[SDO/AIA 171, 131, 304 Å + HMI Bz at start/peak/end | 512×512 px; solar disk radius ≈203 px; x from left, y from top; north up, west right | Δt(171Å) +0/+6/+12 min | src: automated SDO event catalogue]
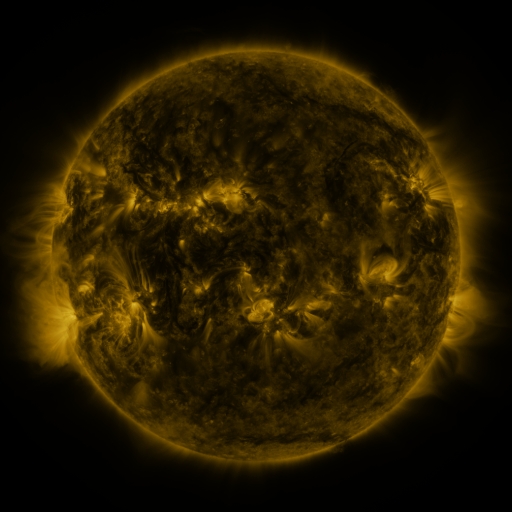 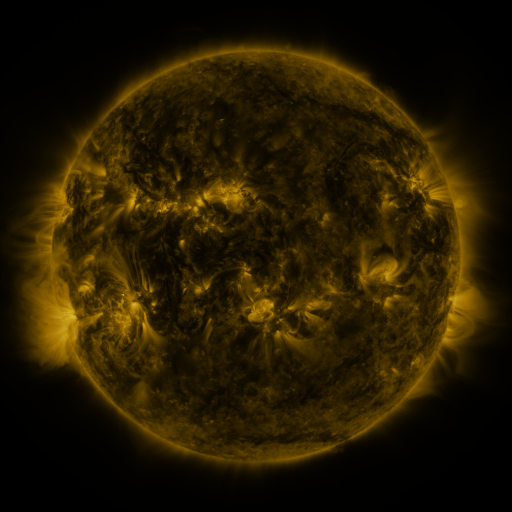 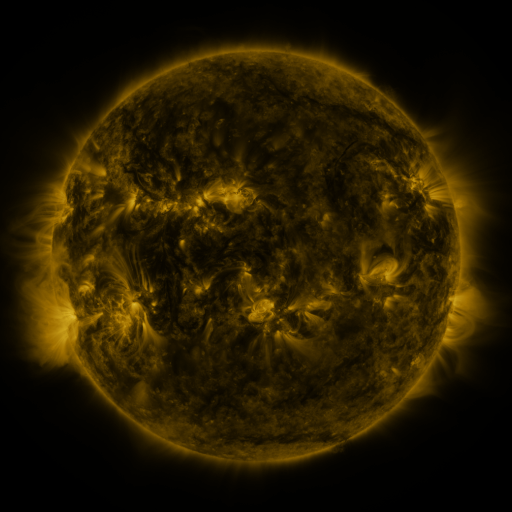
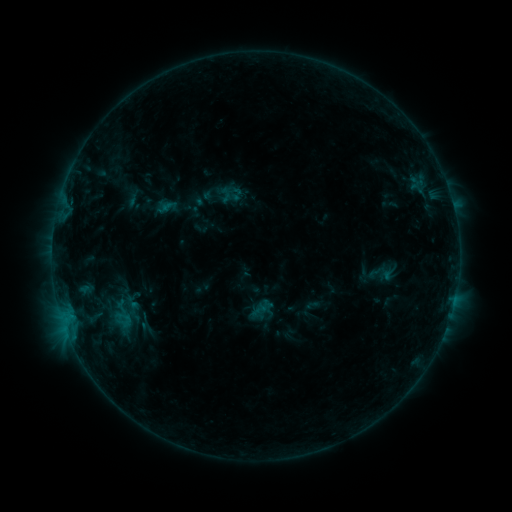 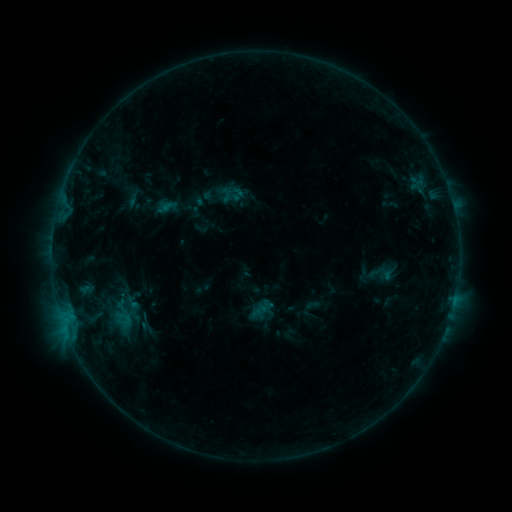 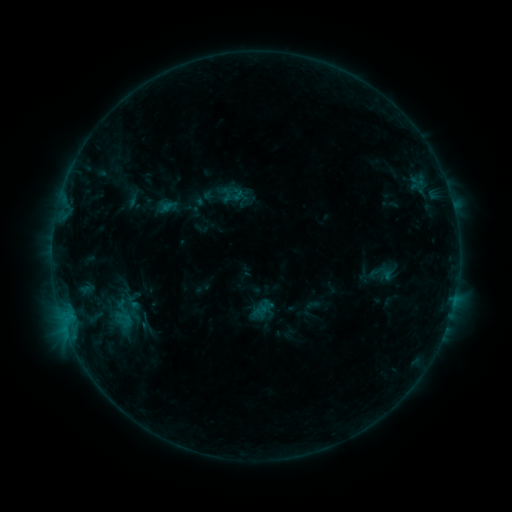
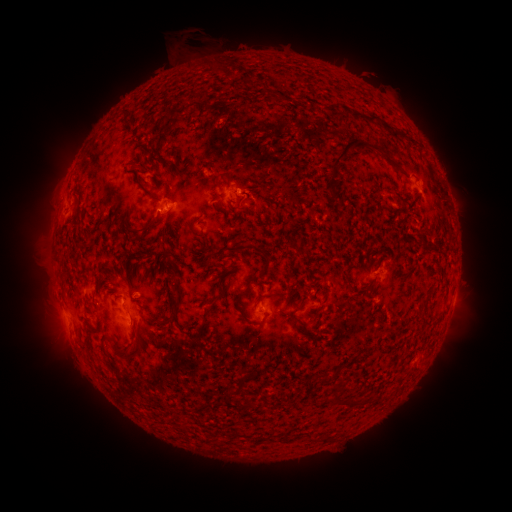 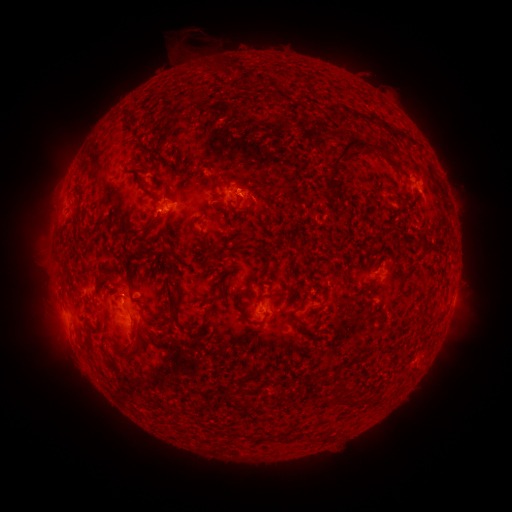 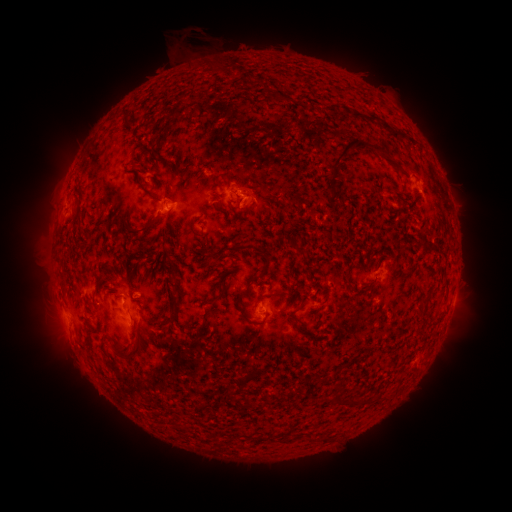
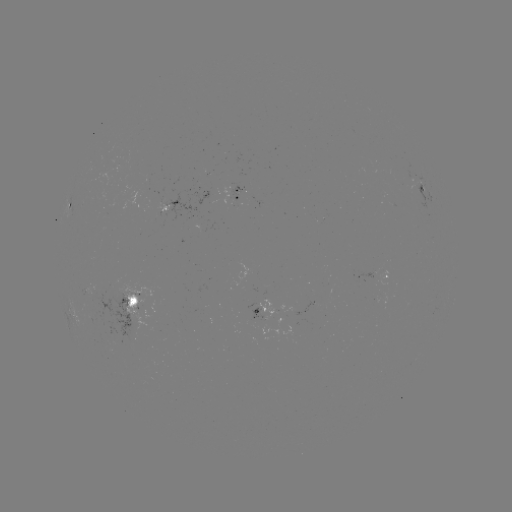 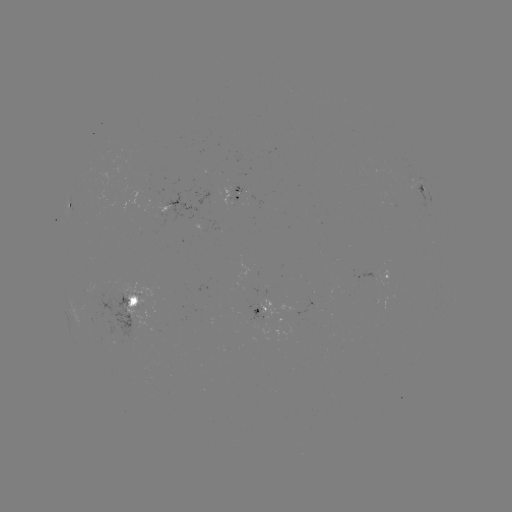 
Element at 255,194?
eruption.